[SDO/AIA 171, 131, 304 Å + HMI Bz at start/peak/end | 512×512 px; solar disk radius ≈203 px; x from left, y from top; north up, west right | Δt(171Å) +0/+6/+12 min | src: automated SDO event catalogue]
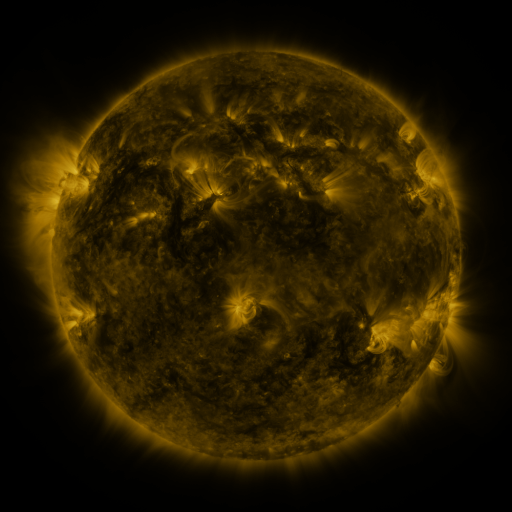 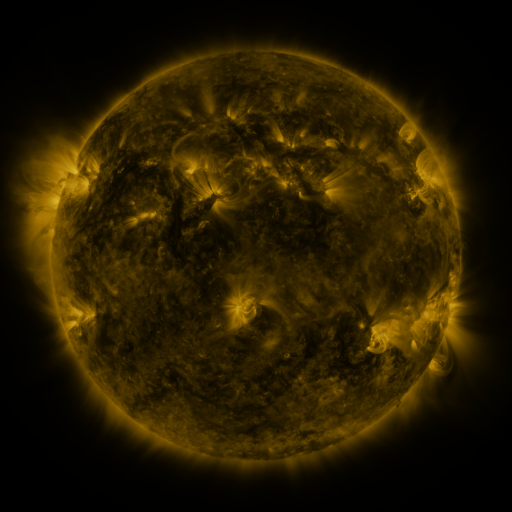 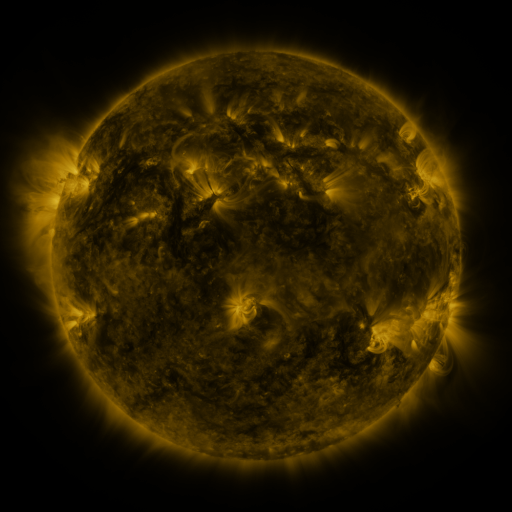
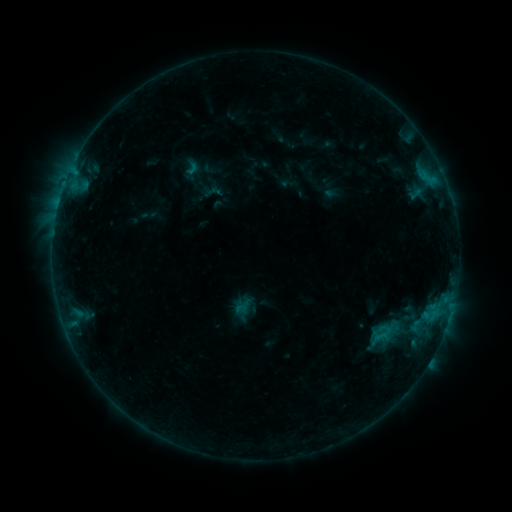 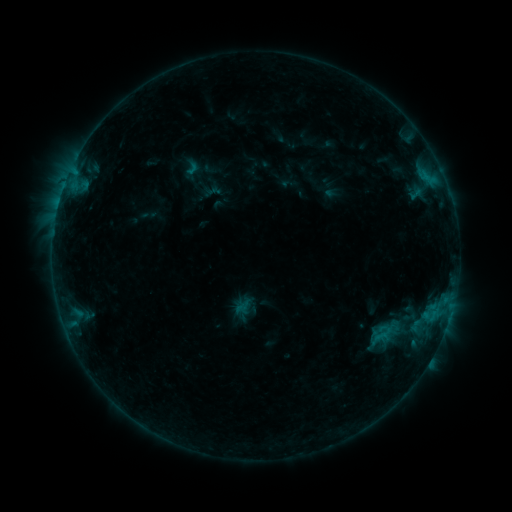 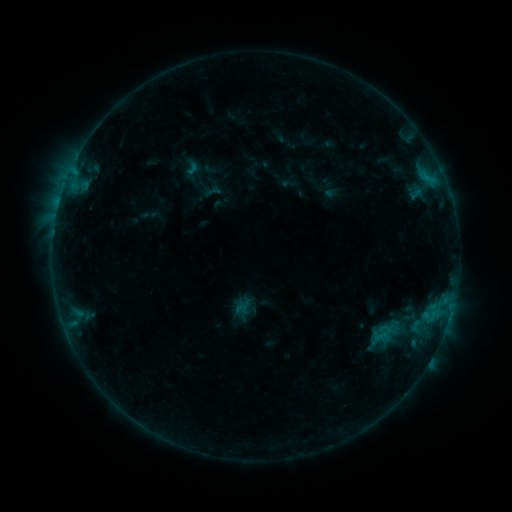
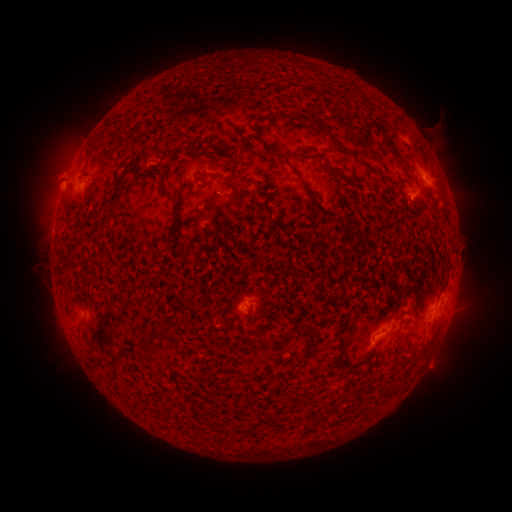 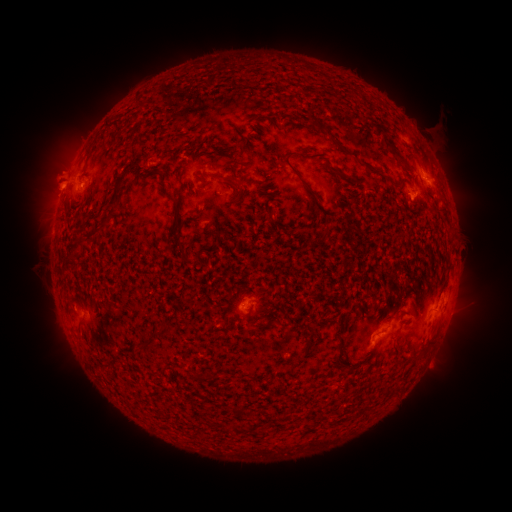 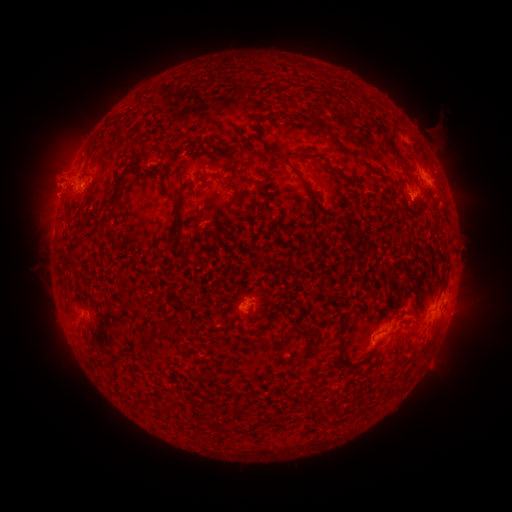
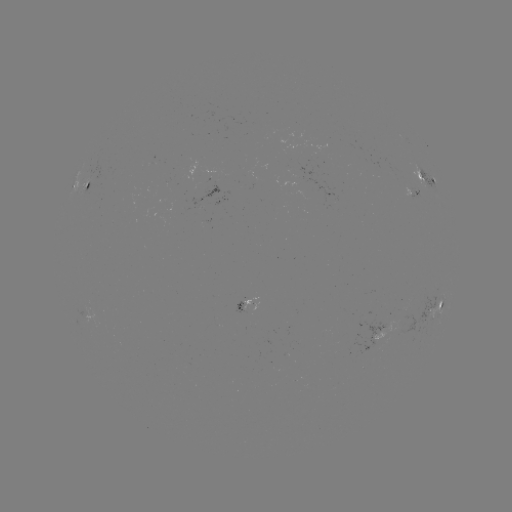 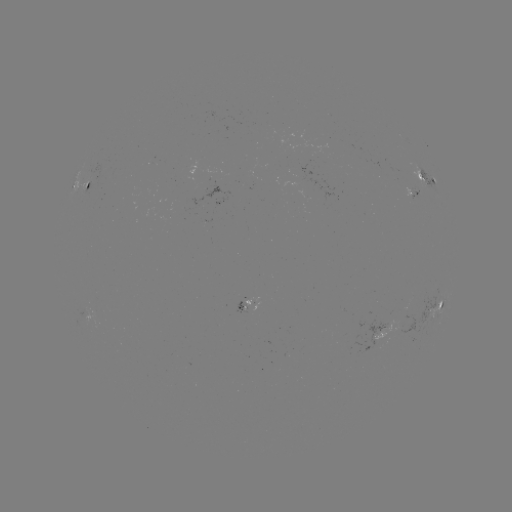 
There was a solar eruption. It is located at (50, 189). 